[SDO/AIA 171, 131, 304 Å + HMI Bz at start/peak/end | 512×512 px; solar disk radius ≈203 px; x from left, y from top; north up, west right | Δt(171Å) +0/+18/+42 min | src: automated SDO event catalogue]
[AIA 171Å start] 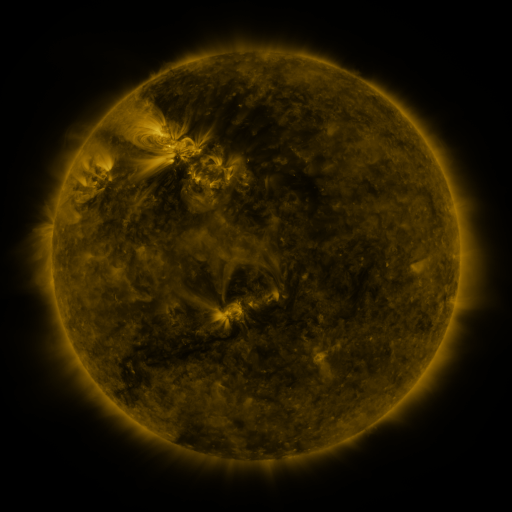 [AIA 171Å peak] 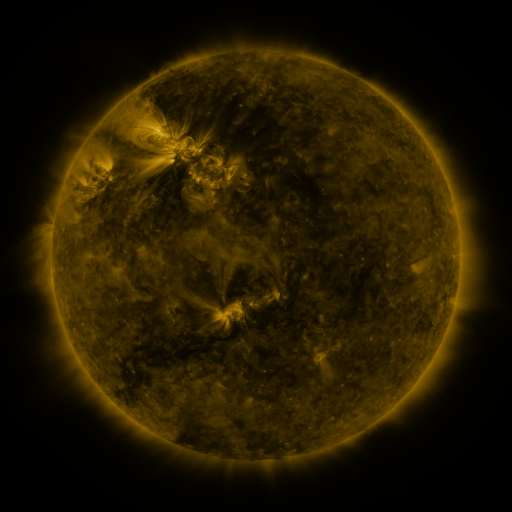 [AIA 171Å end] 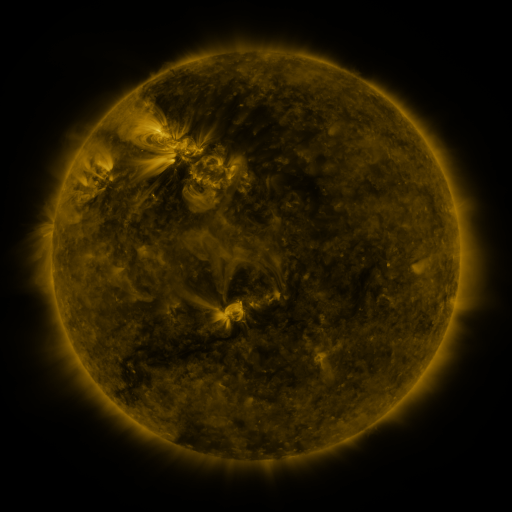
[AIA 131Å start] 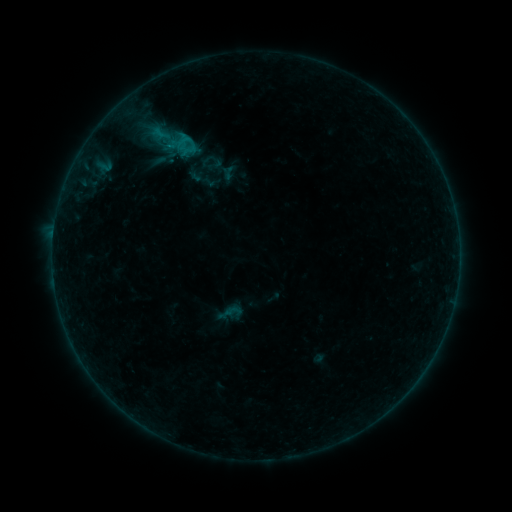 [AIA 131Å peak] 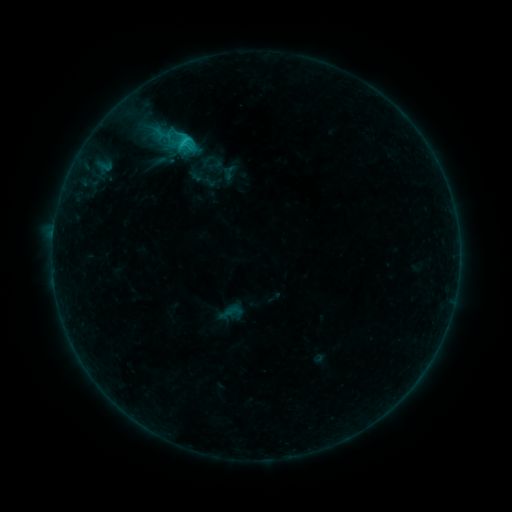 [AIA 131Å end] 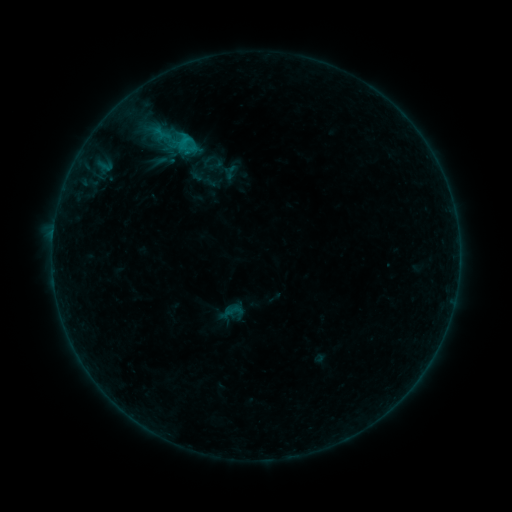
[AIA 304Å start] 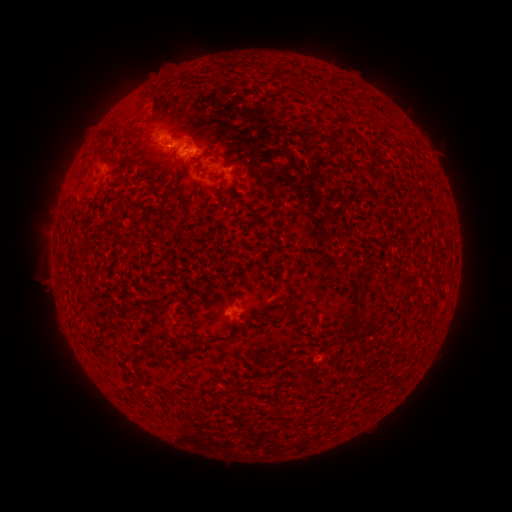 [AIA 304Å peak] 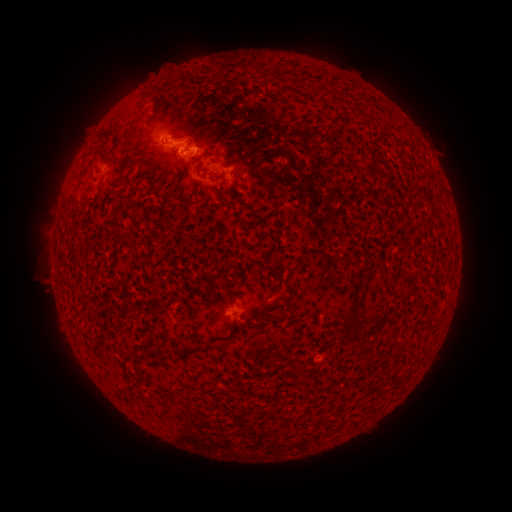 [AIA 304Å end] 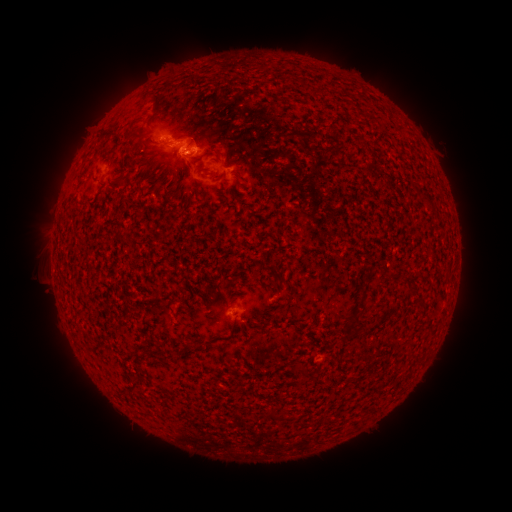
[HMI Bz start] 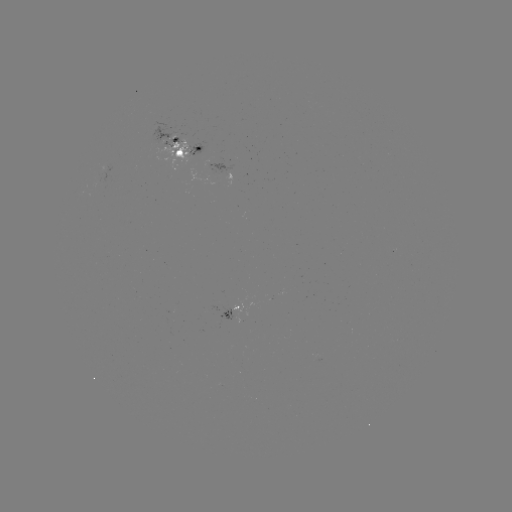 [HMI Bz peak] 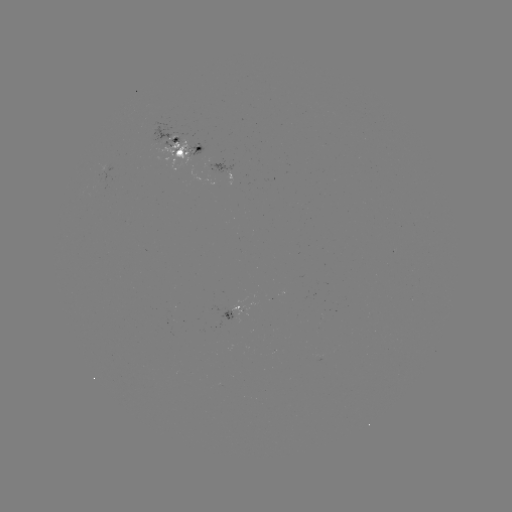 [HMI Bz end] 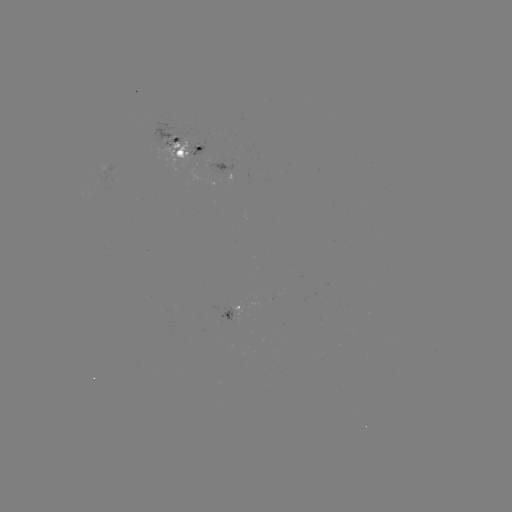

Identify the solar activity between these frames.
C1.6 flare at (229, 308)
